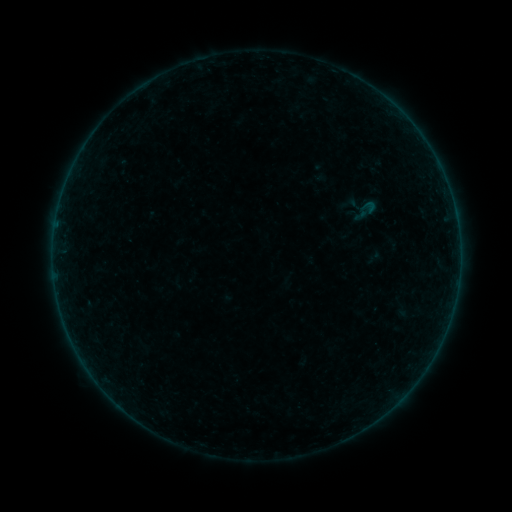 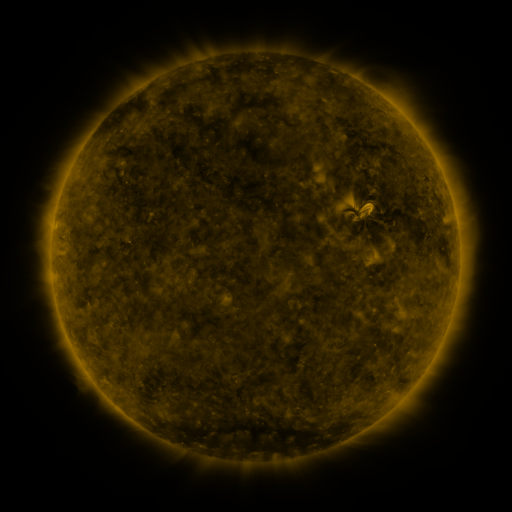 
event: sigmoid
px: (365, 211)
